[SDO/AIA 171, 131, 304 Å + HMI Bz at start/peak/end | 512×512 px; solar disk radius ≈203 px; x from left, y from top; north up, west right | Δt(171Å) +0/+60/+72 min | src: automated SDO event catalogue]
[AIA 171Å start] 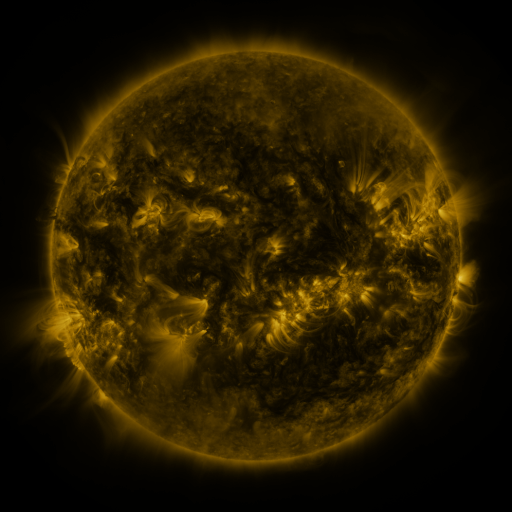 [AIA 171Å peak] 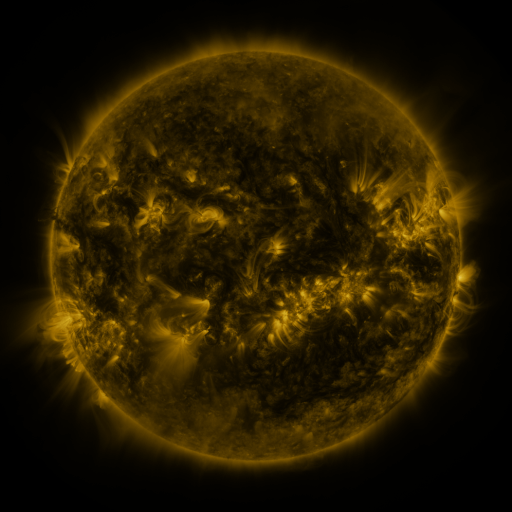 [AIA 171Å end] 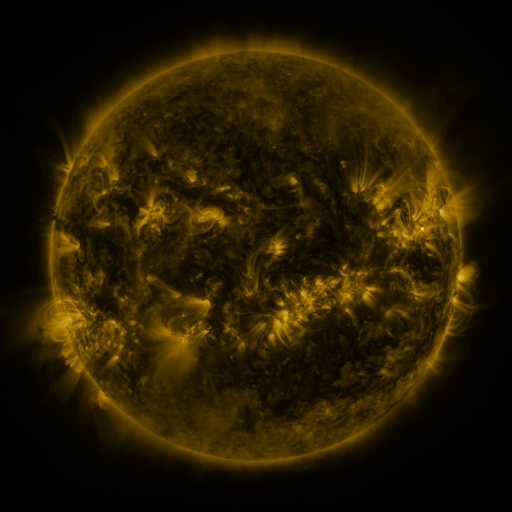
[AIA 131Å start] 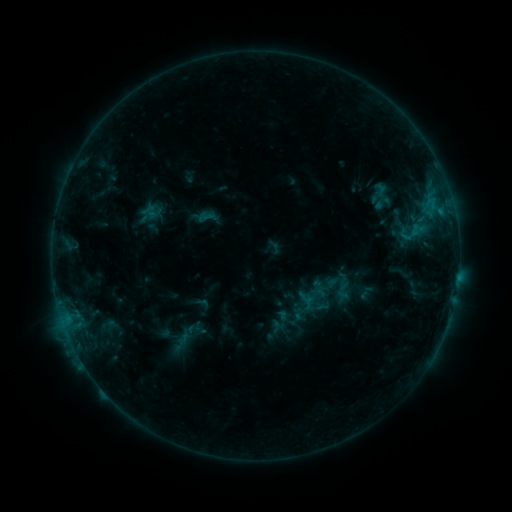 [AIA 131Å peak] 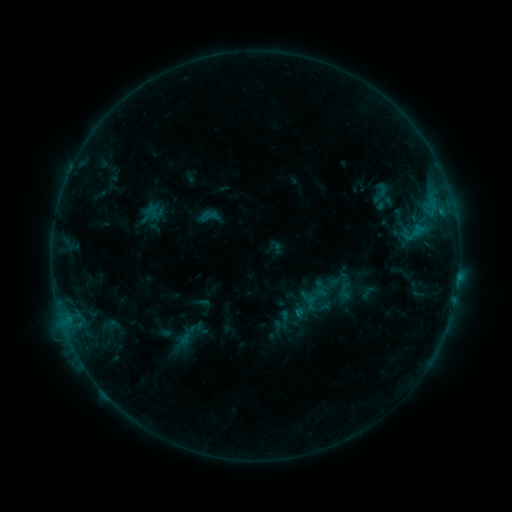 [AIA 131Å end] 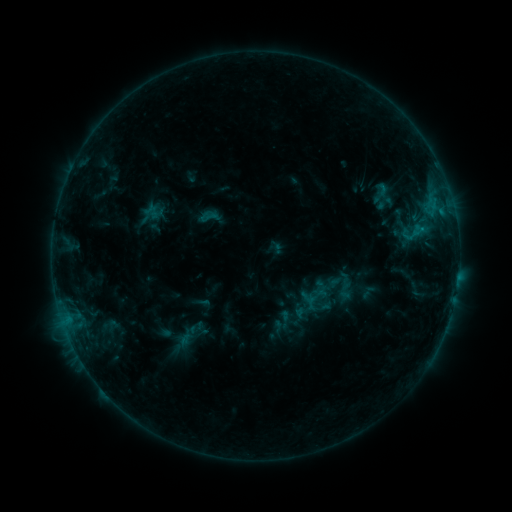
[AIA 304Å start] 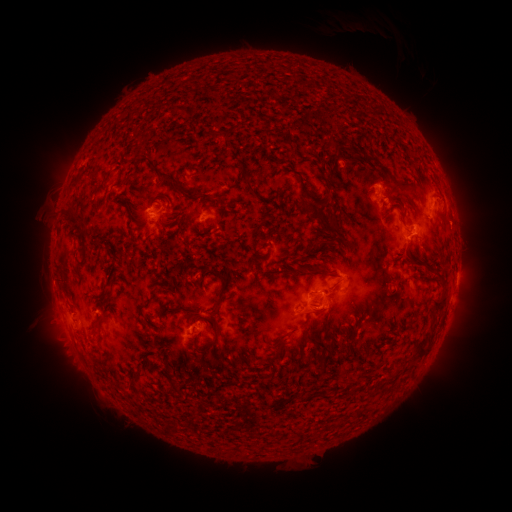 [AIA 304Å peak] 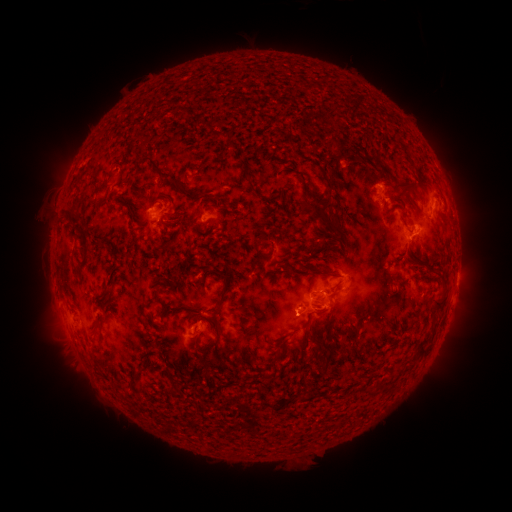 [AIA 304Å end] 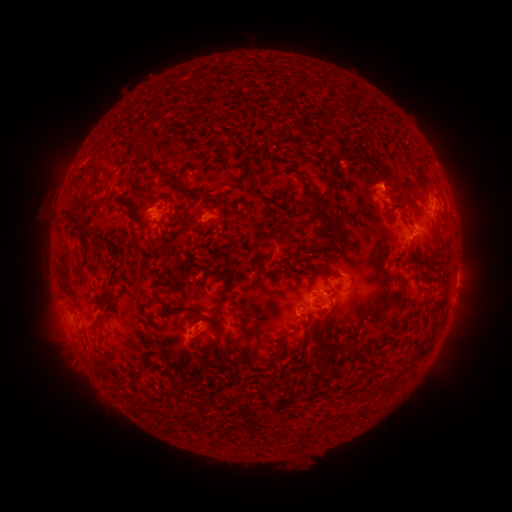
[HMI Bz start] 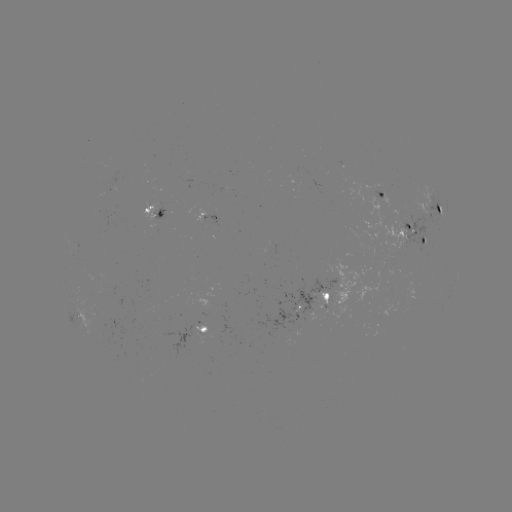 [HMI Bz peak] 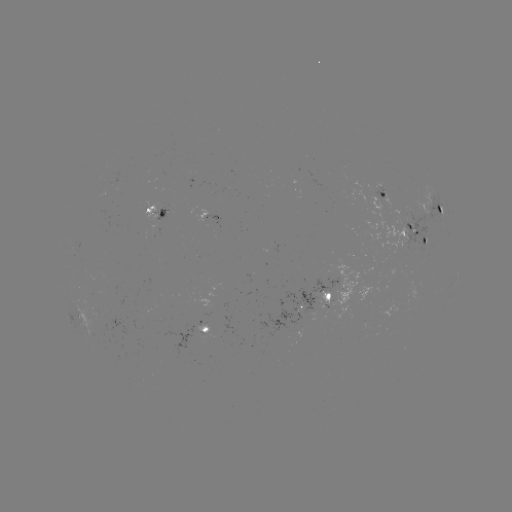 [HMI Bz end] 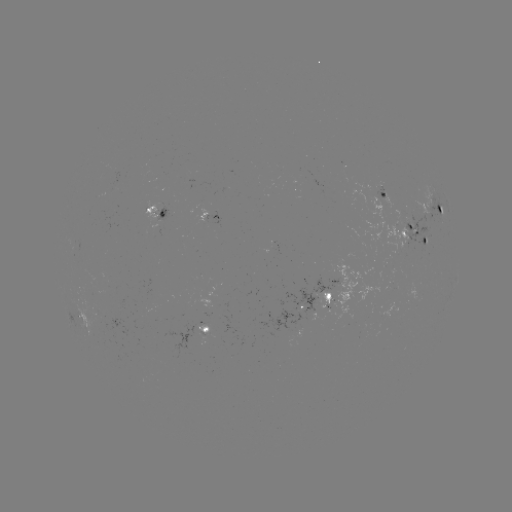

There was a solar emerging-flux region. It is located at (88, 291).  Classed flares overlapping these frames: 1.